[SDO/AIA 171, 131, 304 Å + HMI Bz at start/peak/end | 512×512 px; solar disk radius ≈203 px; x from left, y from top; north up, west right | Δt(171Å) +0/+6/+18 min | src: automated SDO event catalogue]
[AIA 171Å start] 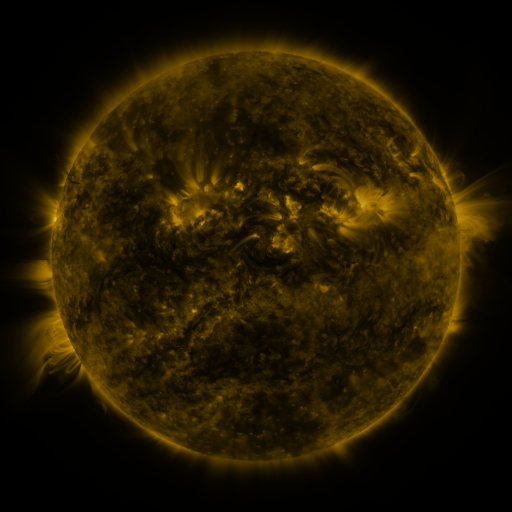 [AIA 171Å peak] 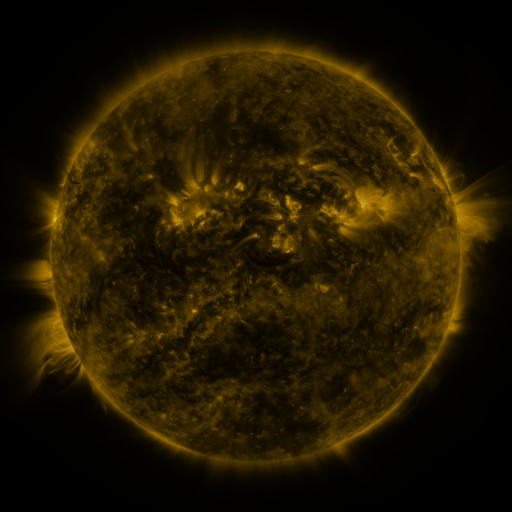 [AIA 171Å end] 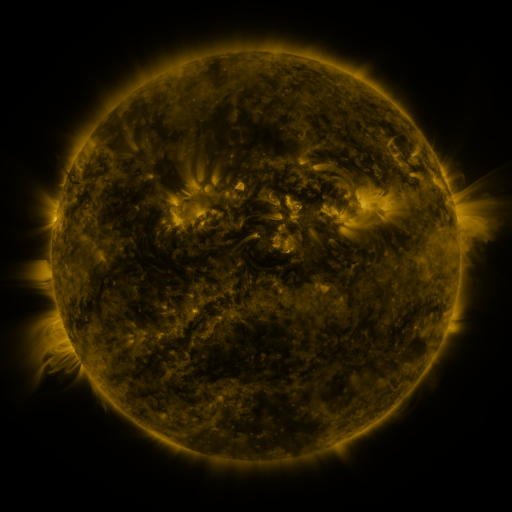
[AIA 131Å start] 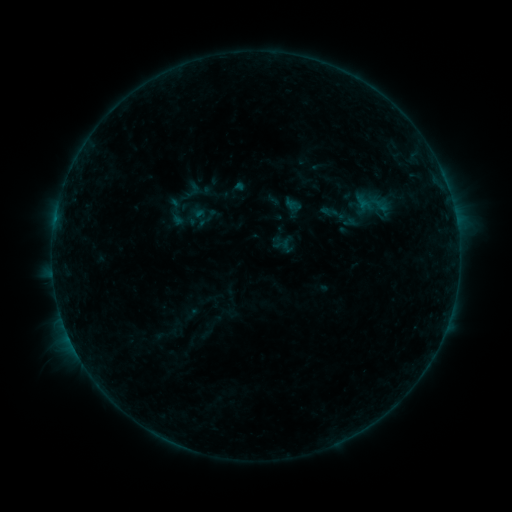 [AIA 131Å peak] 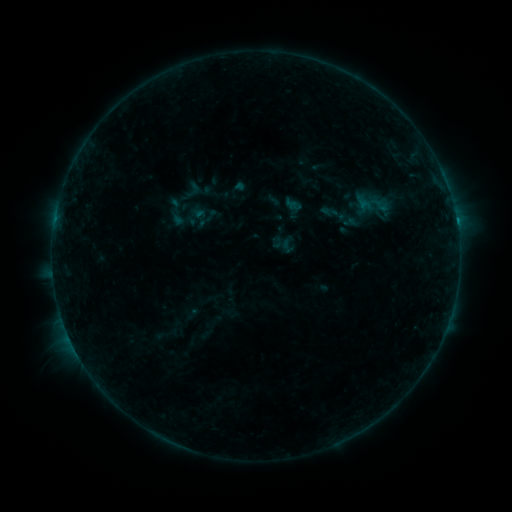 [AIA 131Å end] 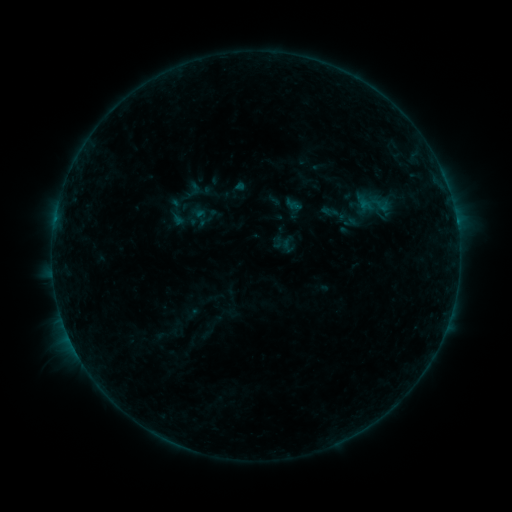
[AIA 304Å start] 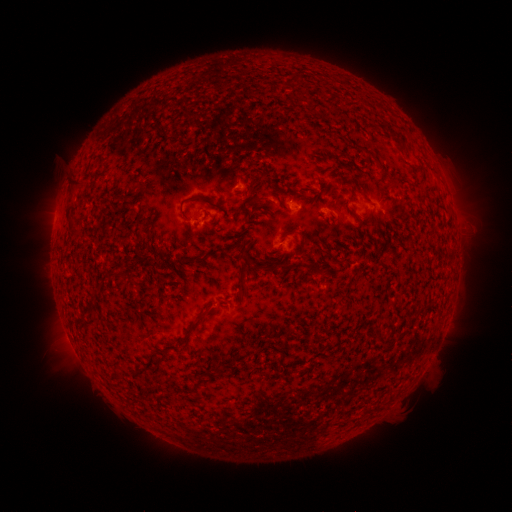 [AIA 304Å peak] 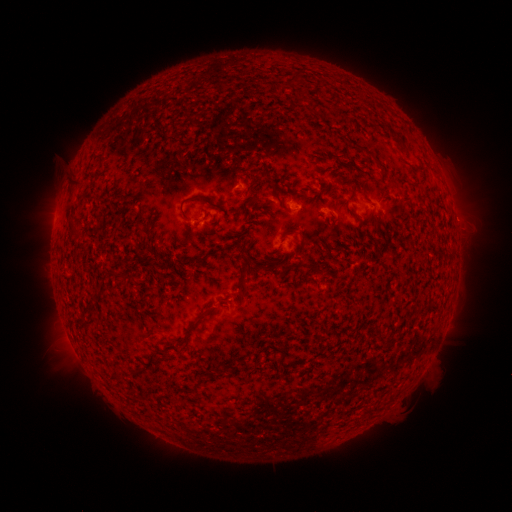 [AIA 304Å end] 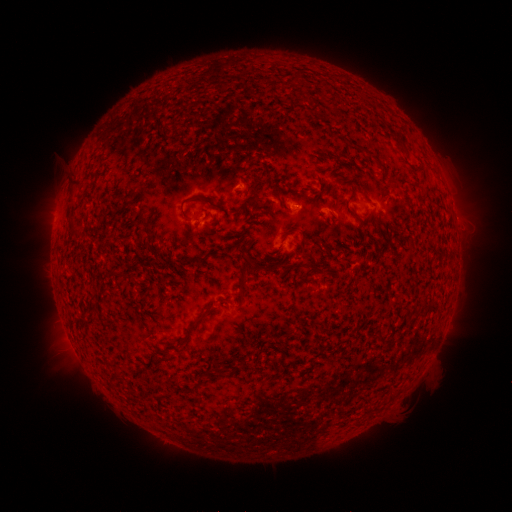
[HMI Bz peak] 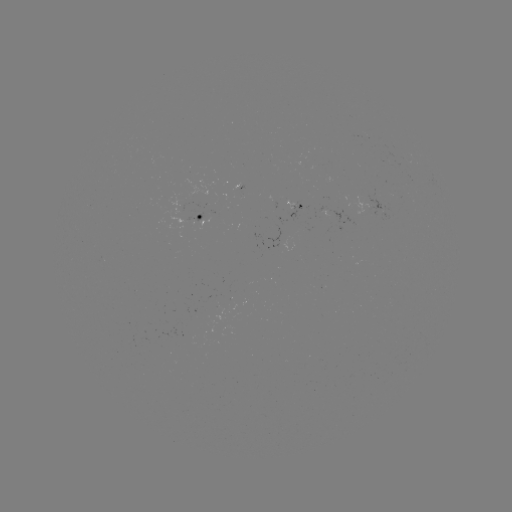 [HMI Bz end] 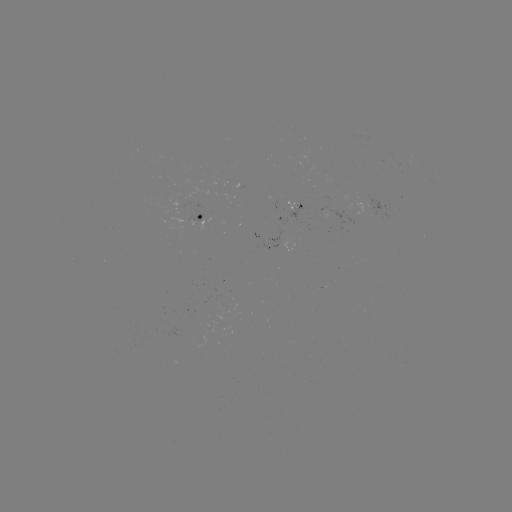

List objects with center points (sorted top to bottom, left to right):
B4.0 flare: (456, 223)
